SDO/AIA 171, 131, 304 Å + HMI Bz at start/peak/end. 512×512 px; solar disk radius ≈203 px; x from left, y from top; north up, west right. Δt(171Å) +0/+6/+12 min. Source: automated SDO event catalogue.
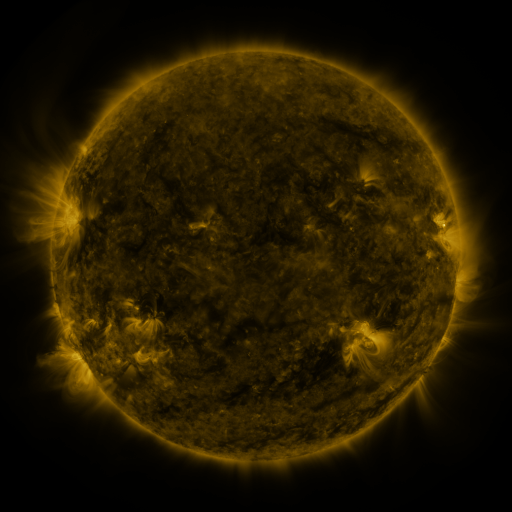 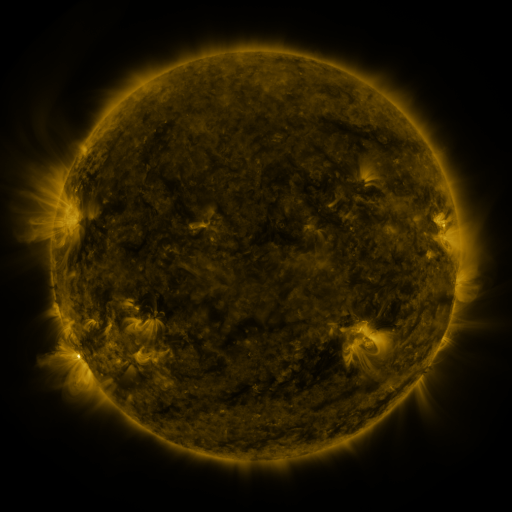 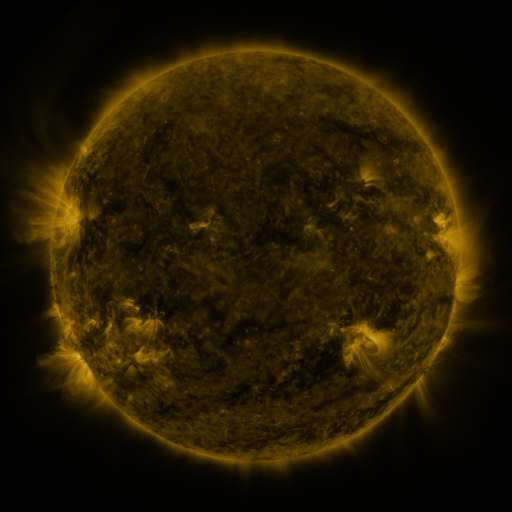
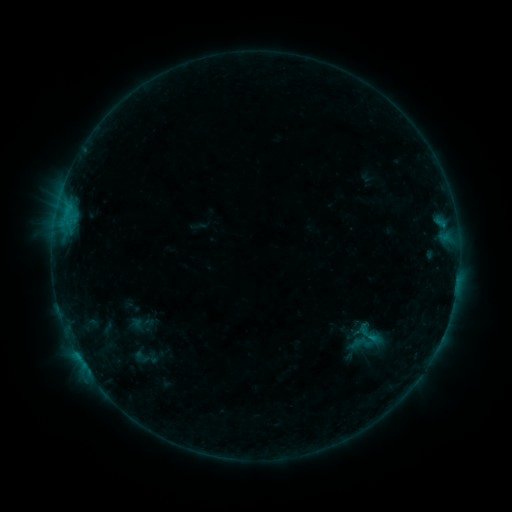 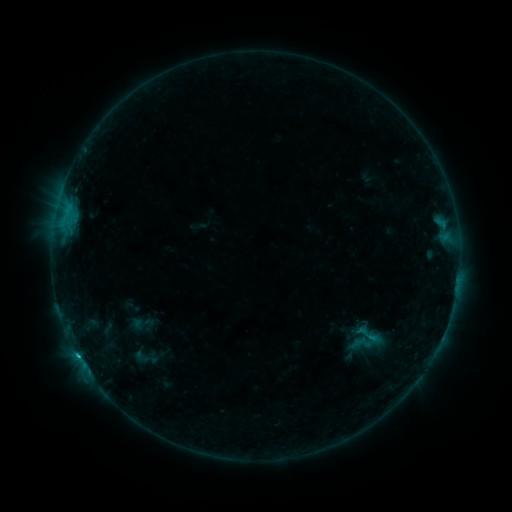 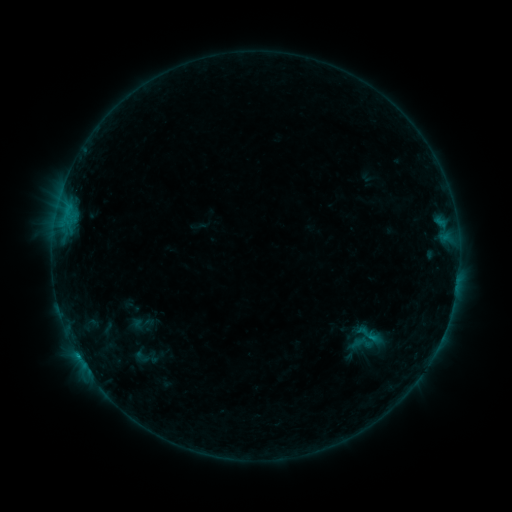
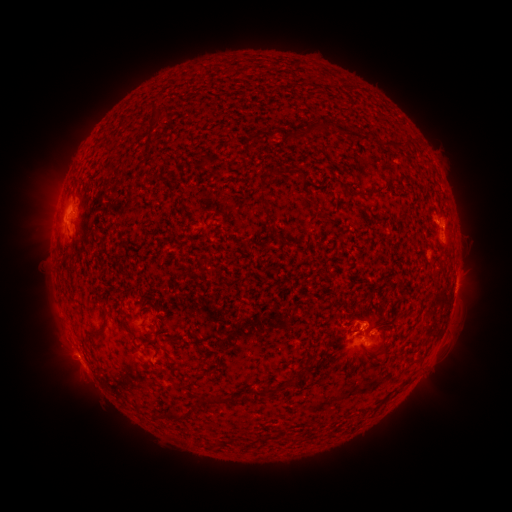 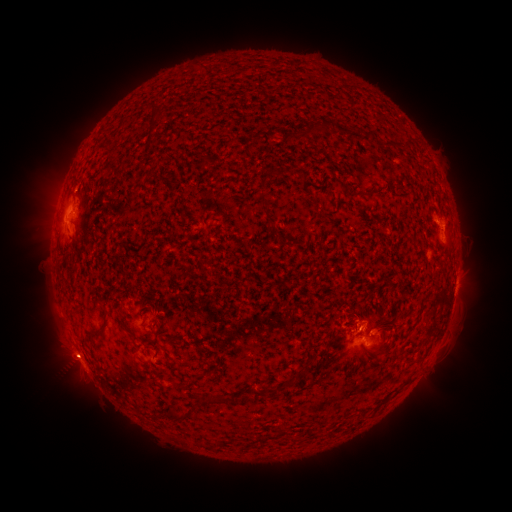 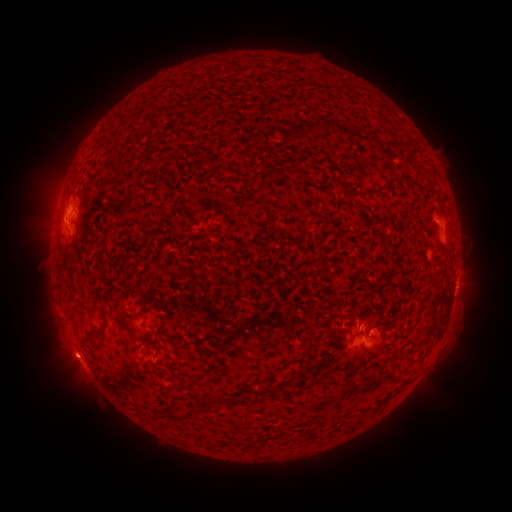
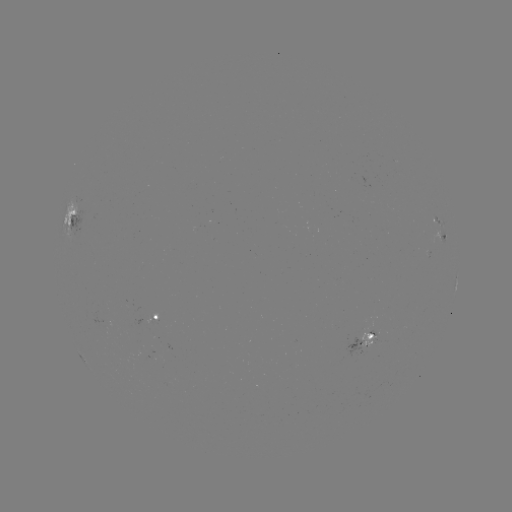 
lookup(C1.1 flare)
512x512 (78, 355)